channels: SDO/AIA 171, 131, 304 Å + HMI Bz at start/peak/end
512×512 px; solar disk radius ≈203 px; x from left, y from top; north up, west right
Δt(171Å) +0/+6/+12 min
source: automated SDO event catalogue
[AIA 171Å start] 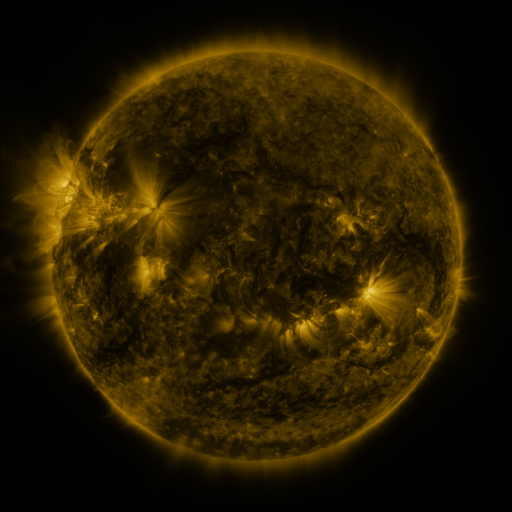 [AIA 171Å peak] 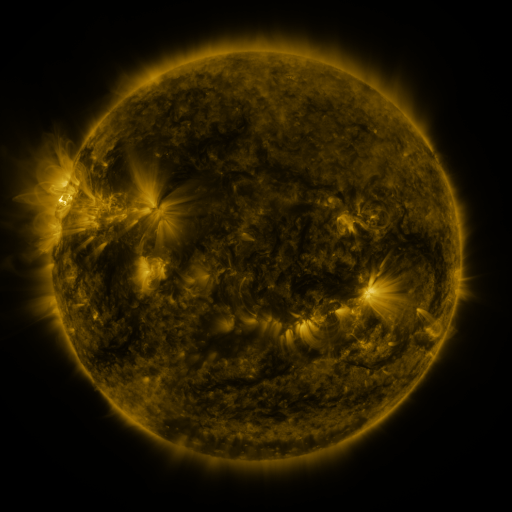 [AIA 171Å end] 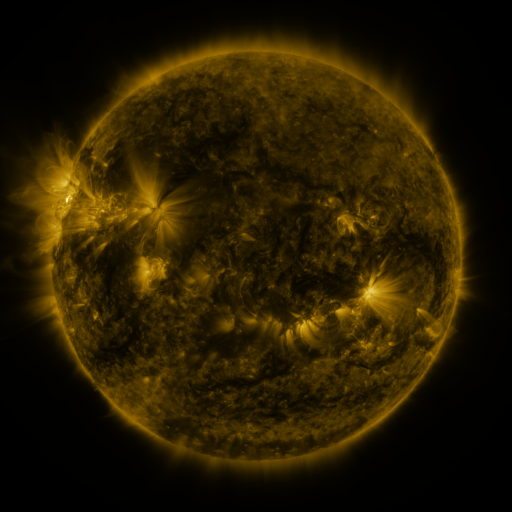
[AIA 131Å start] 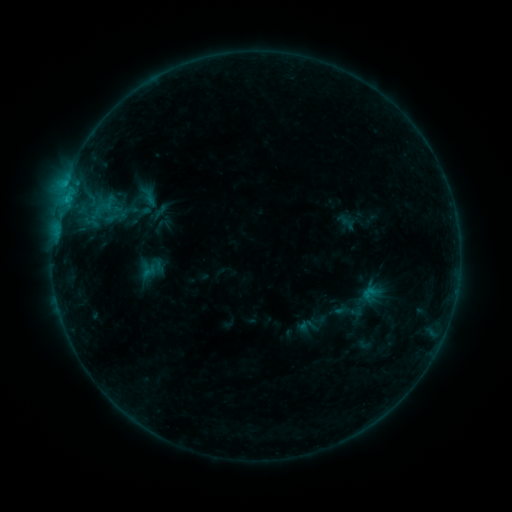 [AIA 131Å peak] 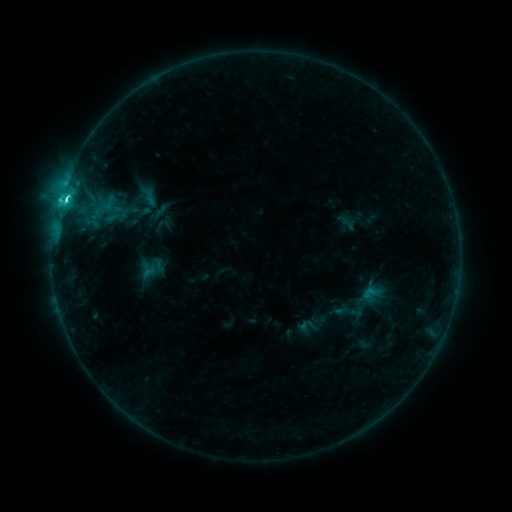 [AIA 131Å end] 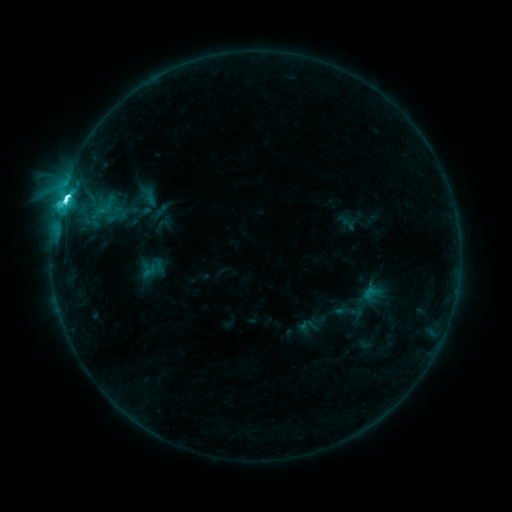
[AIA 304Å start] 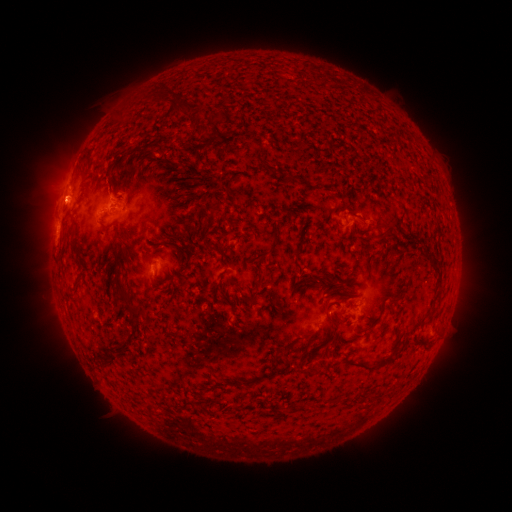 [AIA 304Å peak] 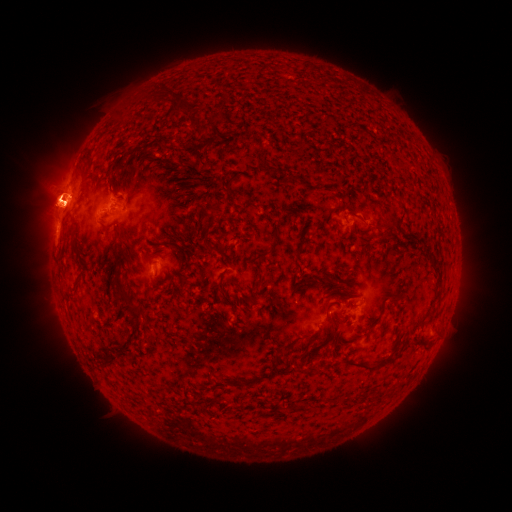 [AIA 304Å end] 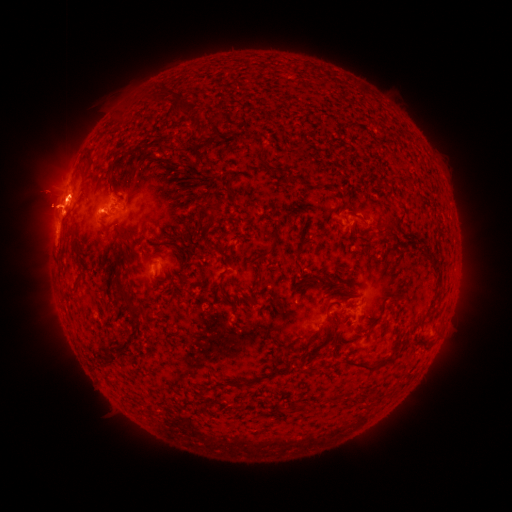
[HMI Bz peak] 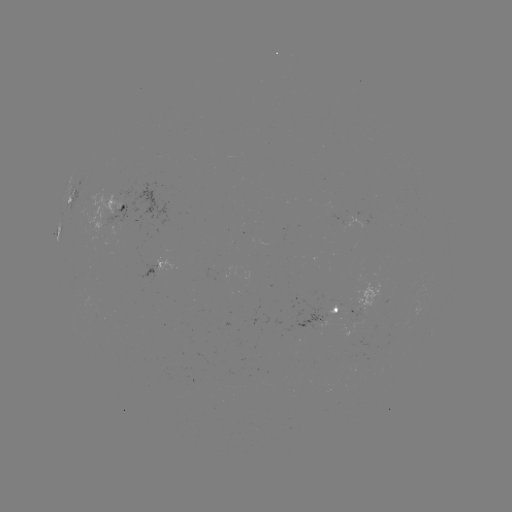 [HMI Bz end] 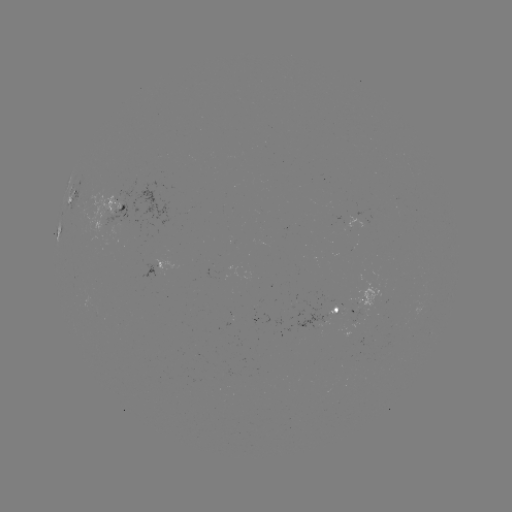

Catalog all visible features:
eruption: (58, 200)
